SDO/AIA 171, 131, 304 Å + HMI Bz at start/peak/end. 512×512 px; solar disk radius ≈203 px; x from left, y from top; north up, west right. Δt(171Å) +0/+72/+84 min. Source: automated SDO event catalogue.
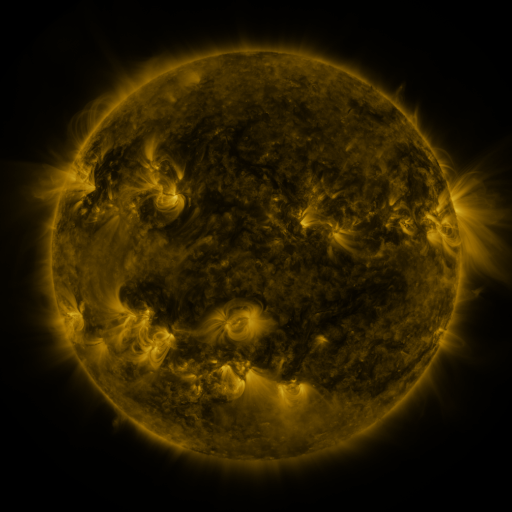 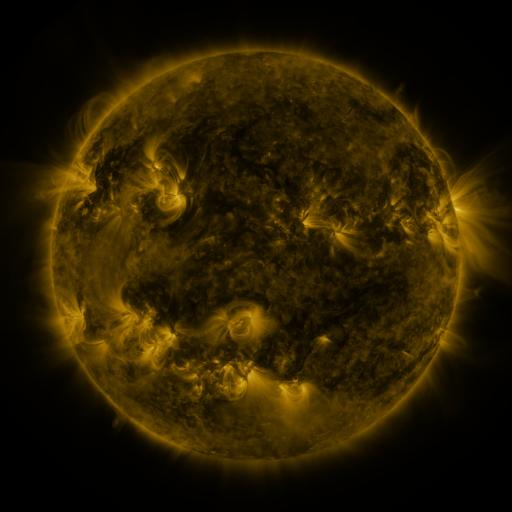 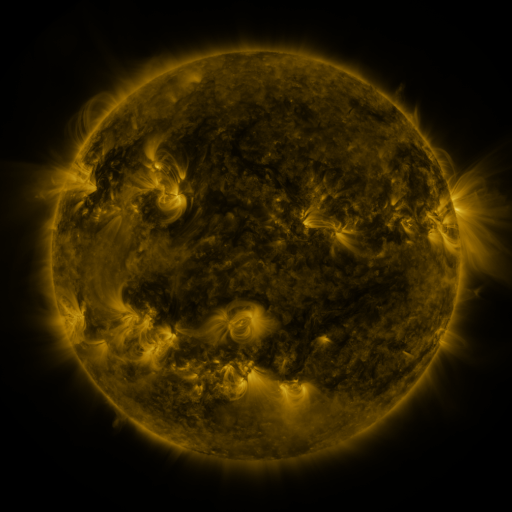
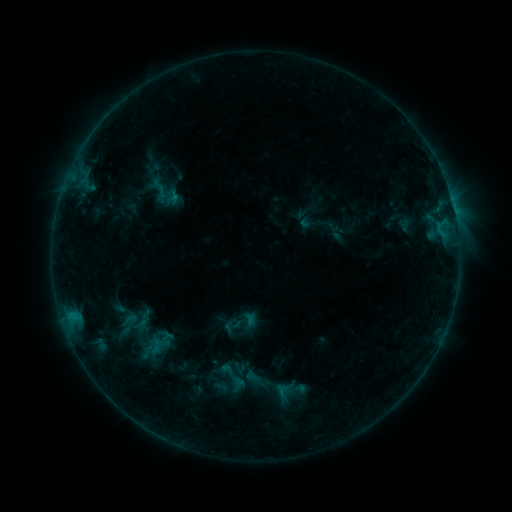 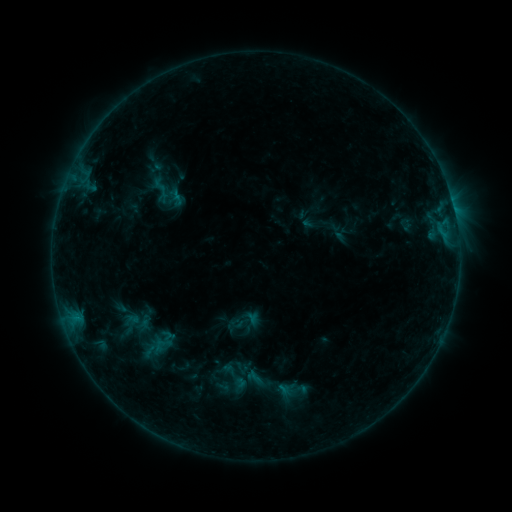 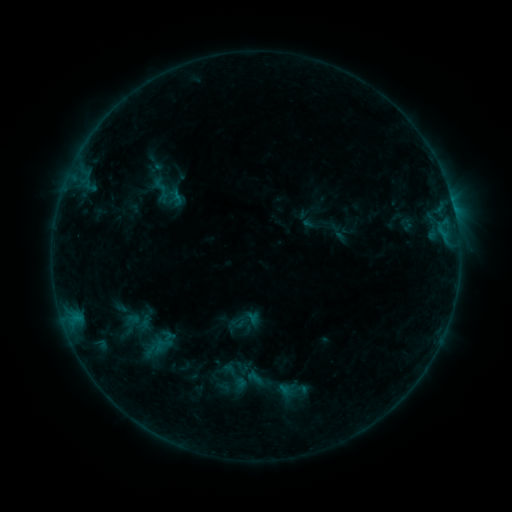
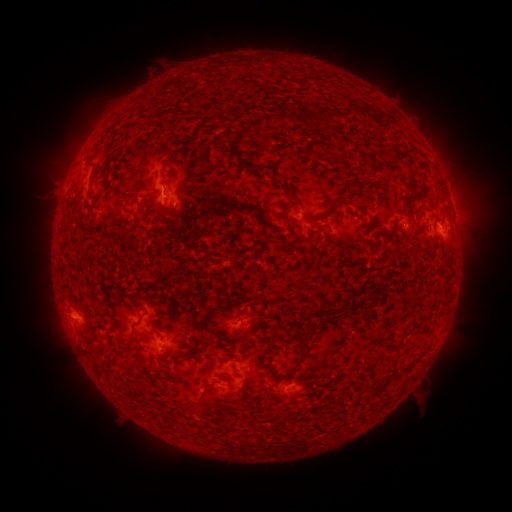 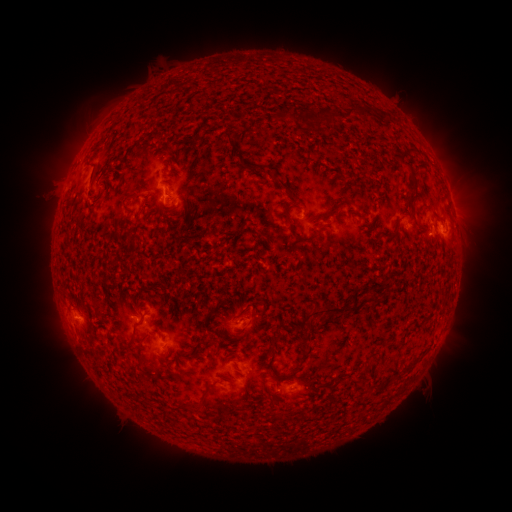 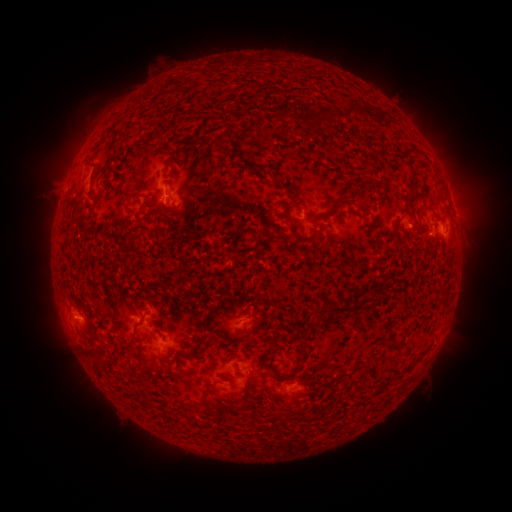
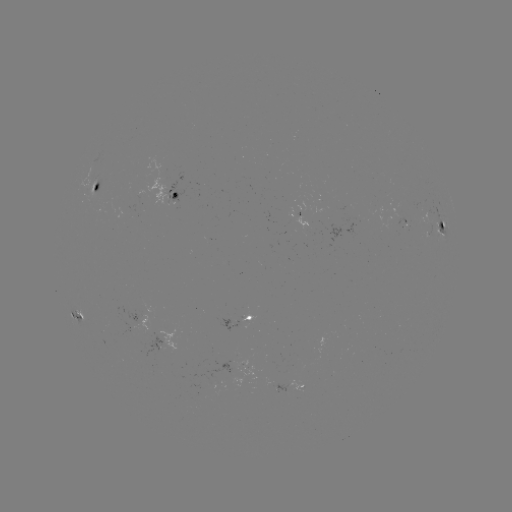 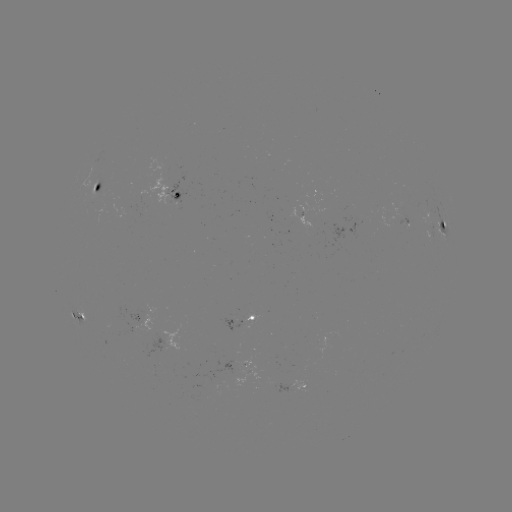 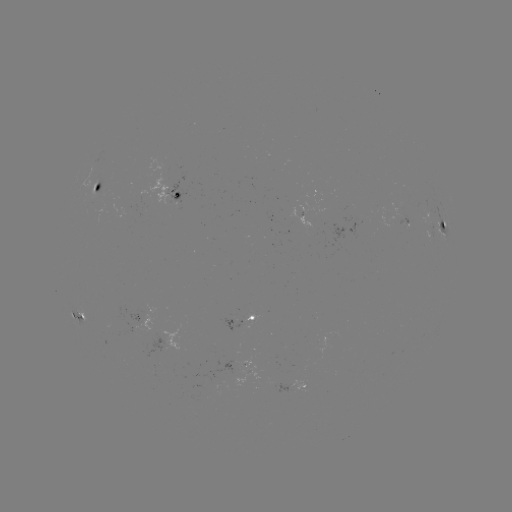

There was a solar emerging-flux region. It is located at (106, 196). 